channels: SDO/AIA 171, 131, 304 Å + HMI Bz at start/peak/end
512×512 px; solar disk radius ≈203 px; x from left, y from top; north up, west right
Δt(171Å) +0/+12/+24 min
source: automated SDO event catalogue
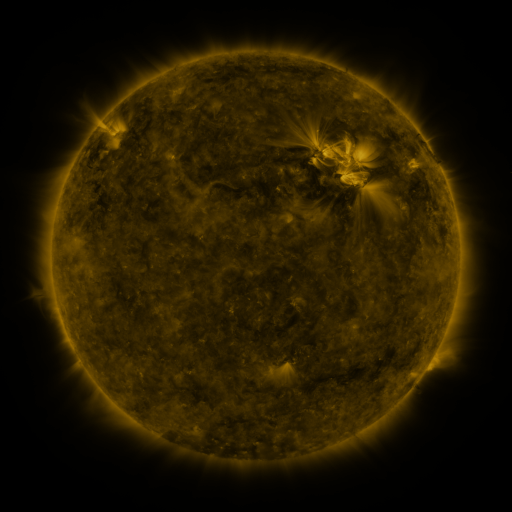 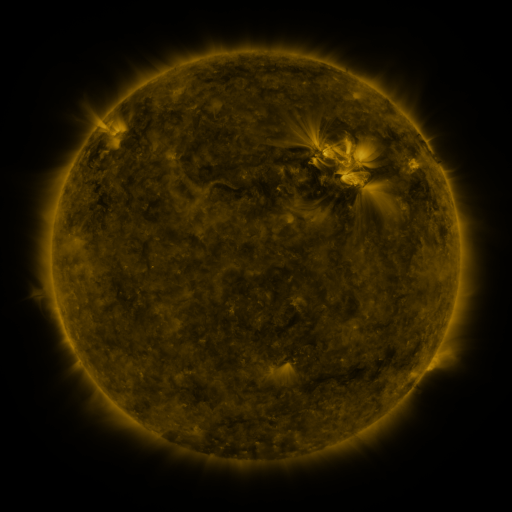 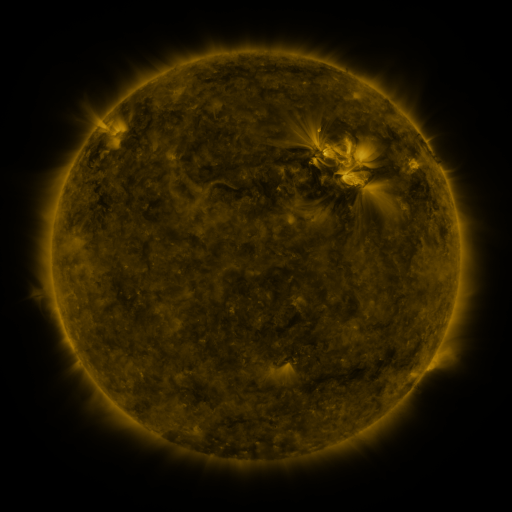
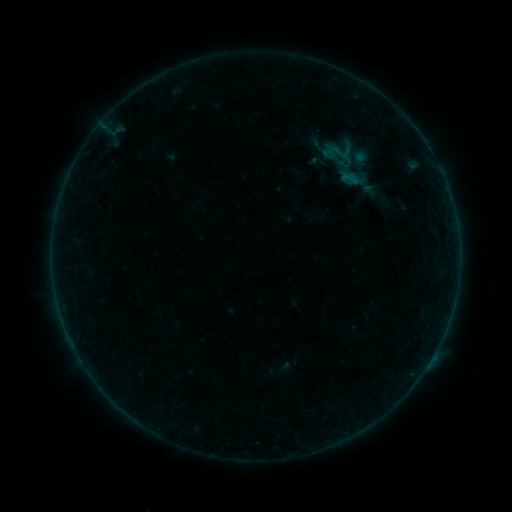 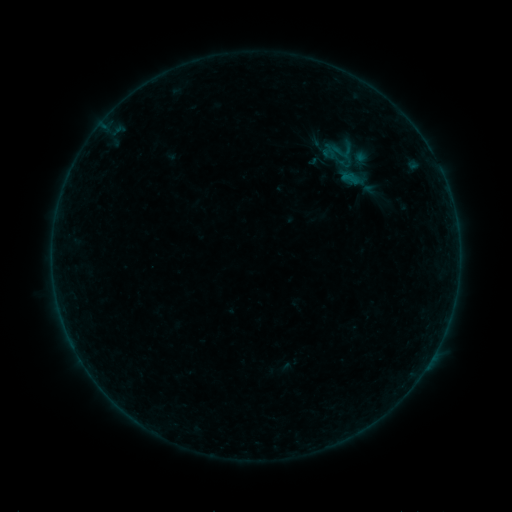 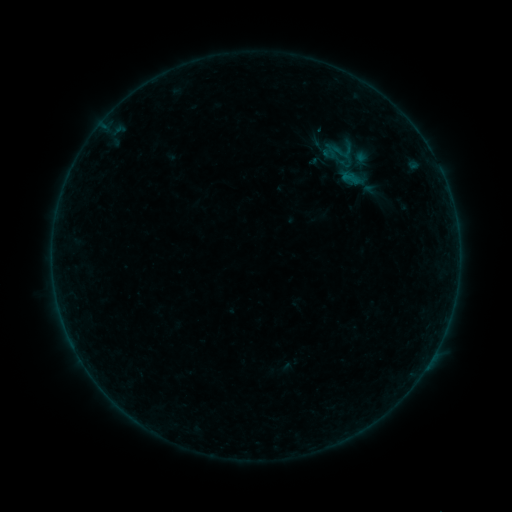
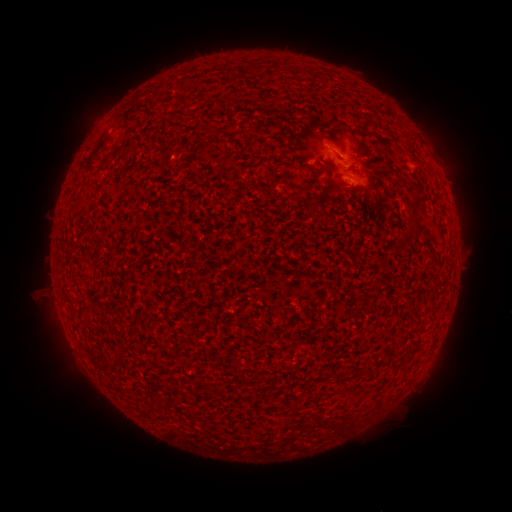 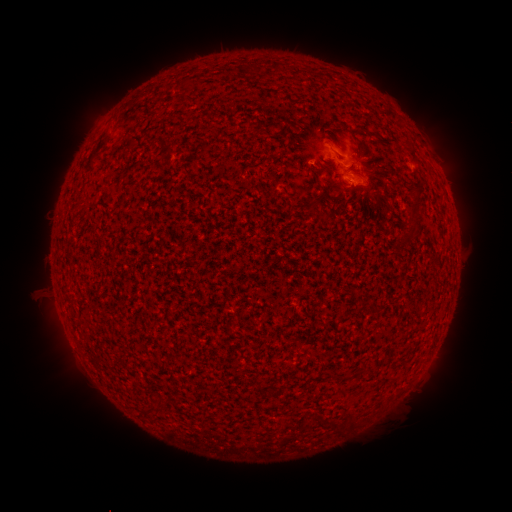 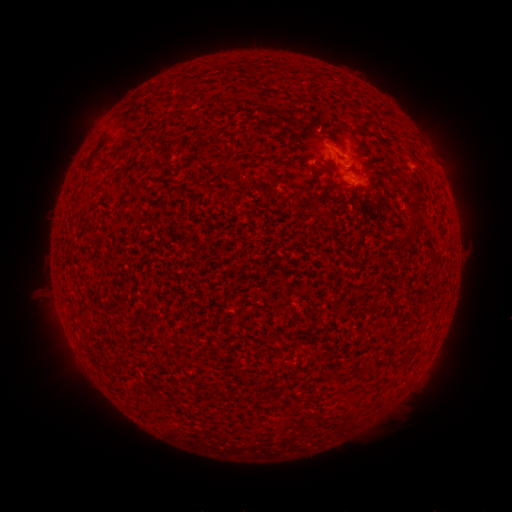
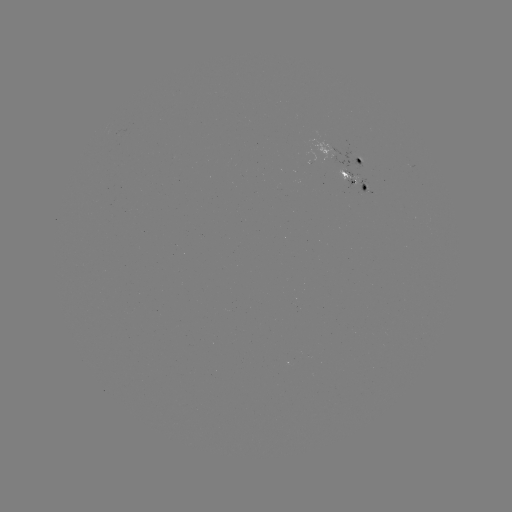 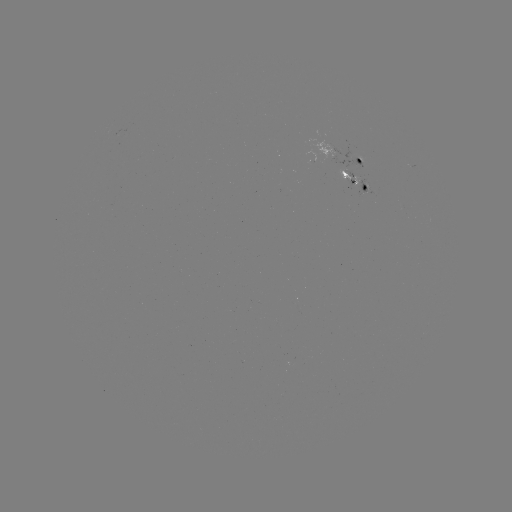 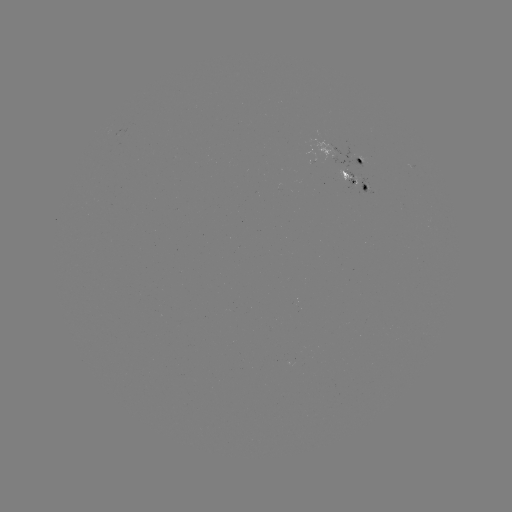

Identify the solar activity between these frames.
nothing was catalogued: no classed flare, no EUV trigger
